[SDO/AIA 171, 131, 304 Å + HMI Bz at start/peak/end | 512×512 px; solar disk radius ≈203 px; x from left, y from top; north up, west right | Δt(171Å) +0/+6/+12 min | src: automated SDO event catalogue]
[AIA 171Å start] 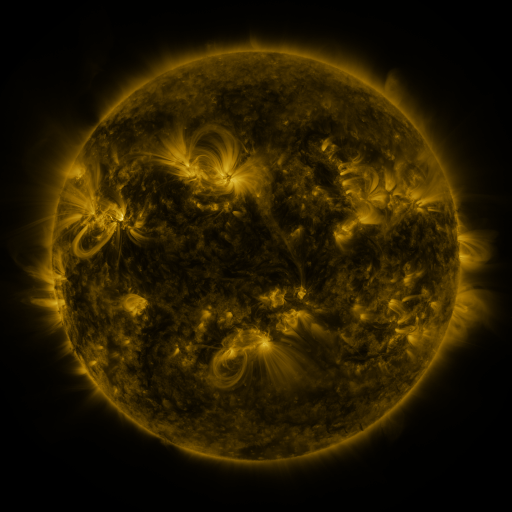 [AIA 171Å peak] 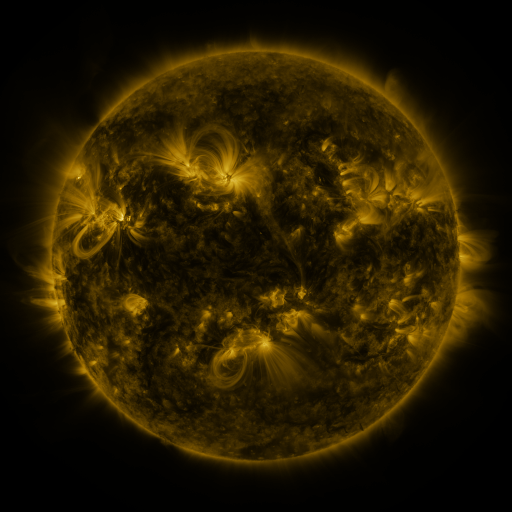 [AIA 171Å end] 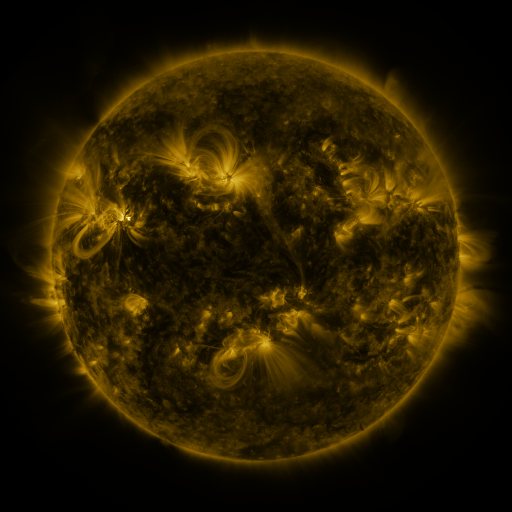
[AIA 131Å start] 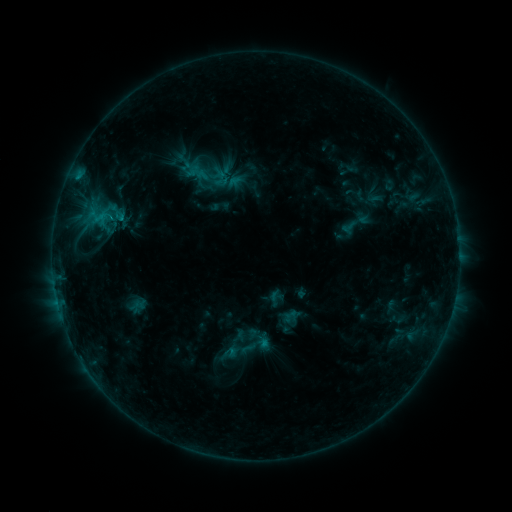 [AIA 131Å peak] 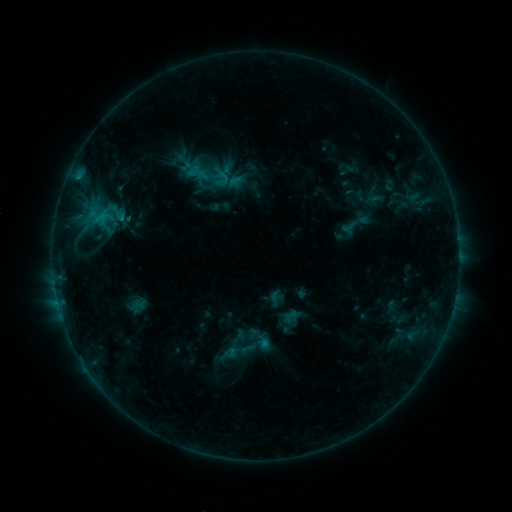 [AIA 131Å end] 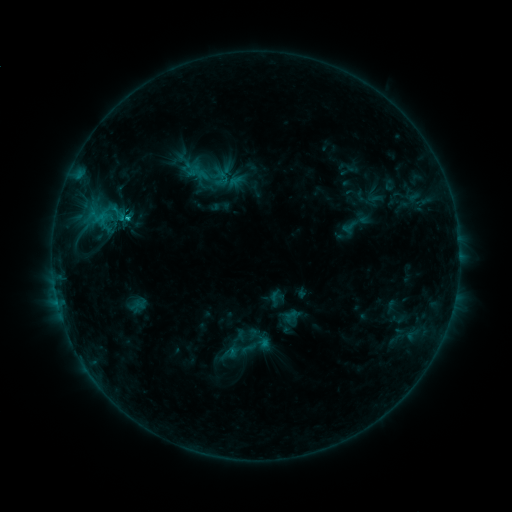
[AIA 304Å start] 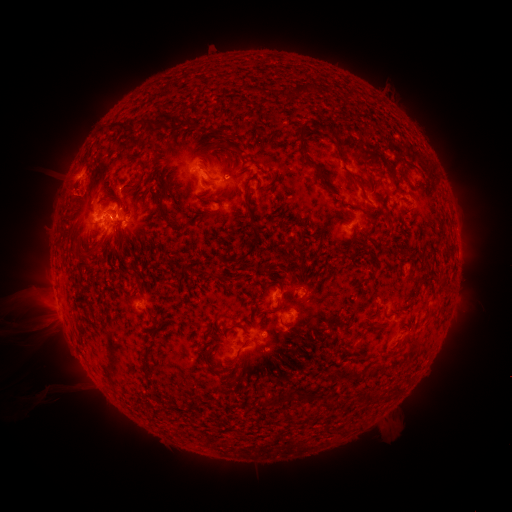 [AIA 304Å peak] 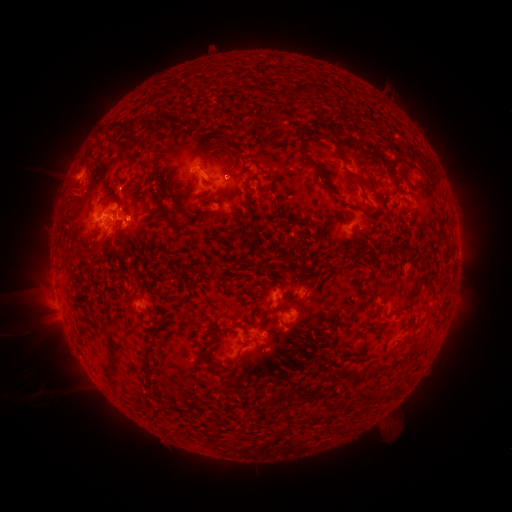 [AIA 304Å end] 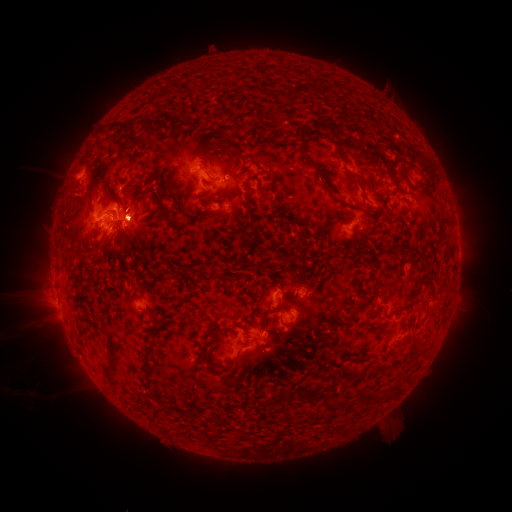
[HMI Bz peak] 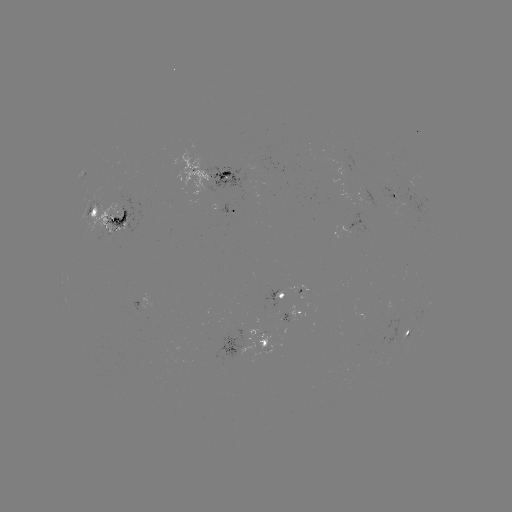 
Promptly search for C1.7 flare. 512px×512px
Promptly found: [123, 220].